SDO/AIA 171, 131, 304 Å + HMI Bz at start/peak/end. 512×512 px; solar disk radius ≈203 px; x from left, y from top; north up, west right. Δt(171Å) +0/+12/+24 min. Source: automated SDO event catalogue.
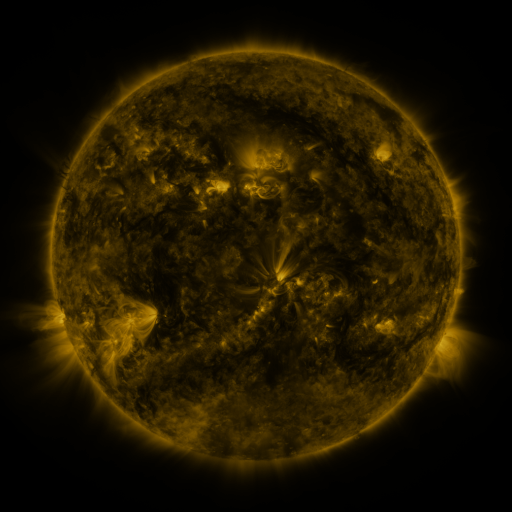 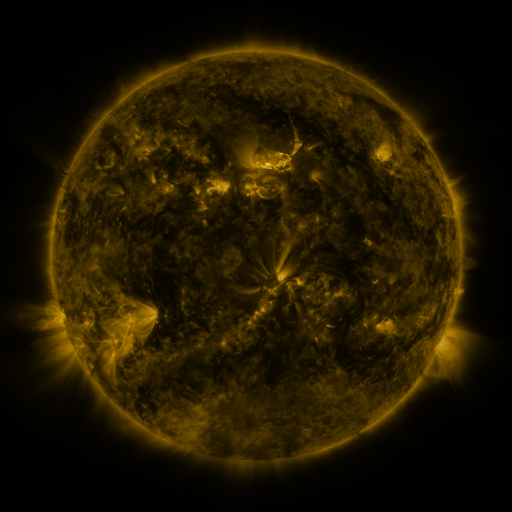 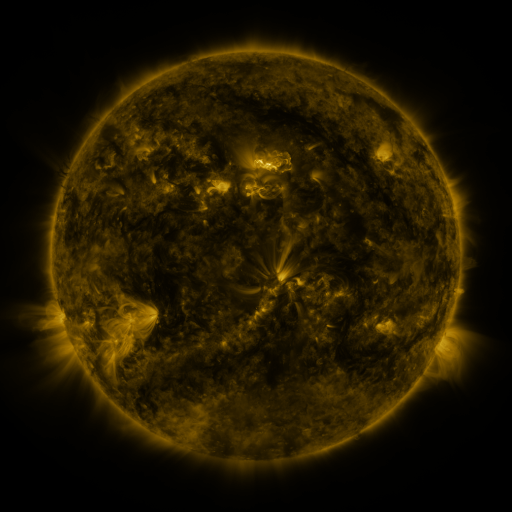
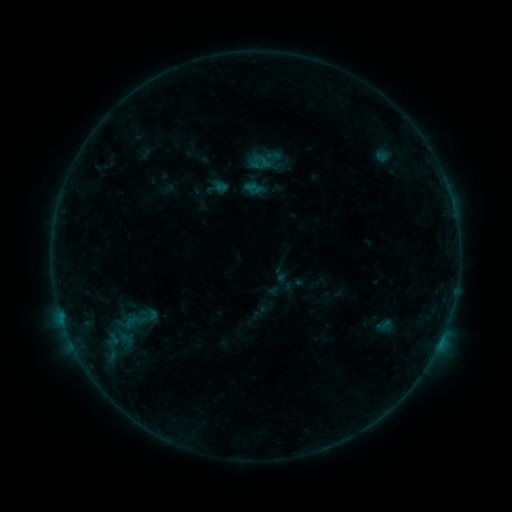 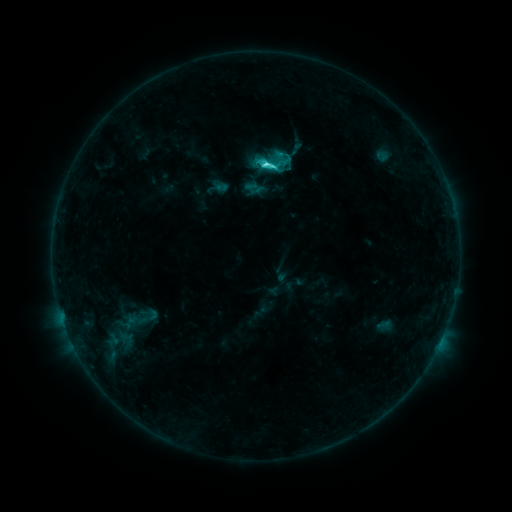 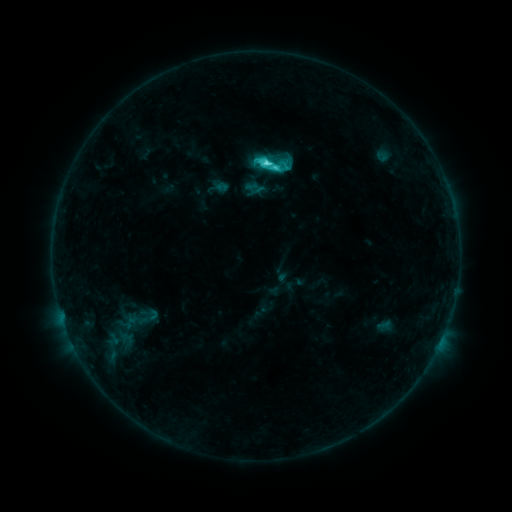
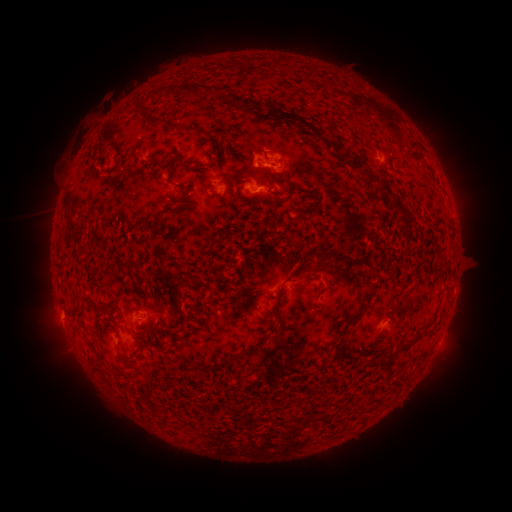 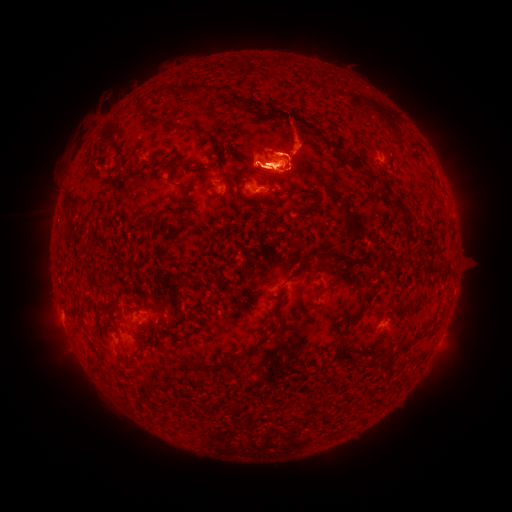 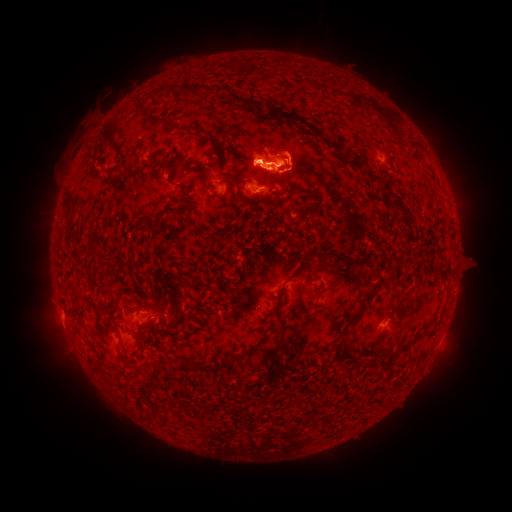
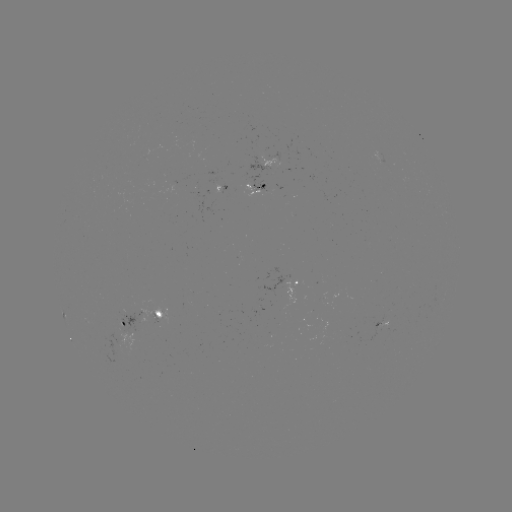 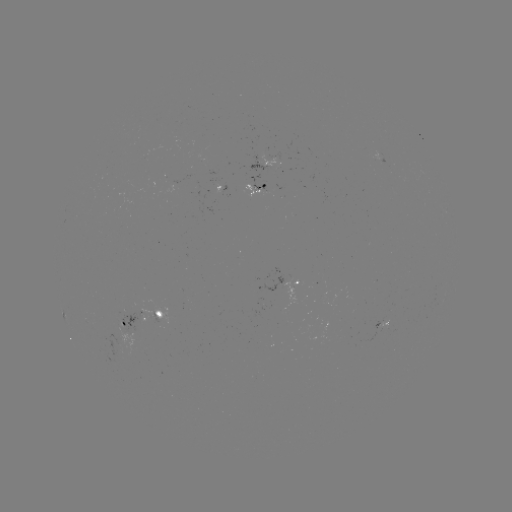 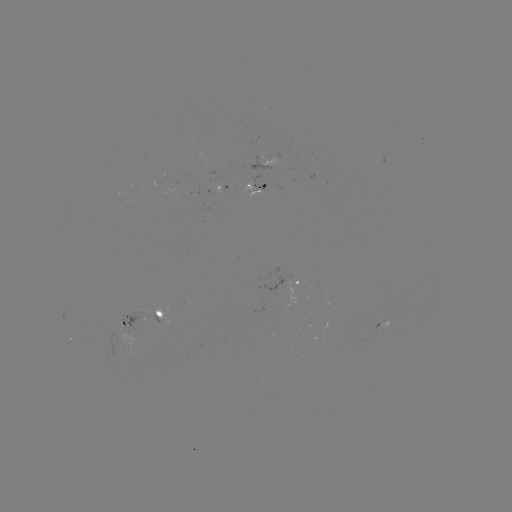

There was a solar eruption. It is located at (286, 134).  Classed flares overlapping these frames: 1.